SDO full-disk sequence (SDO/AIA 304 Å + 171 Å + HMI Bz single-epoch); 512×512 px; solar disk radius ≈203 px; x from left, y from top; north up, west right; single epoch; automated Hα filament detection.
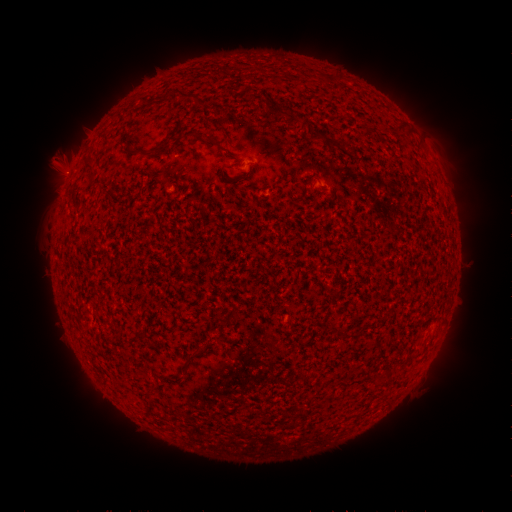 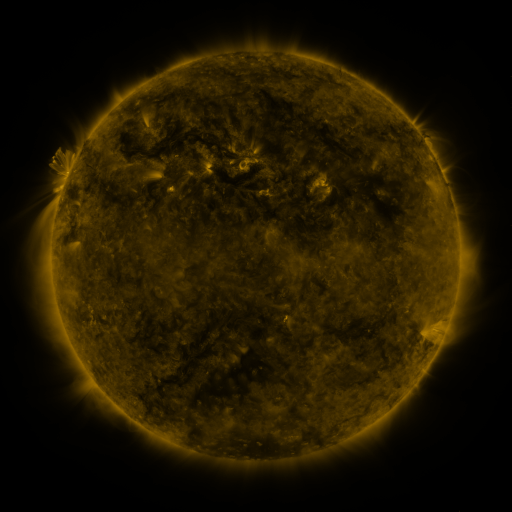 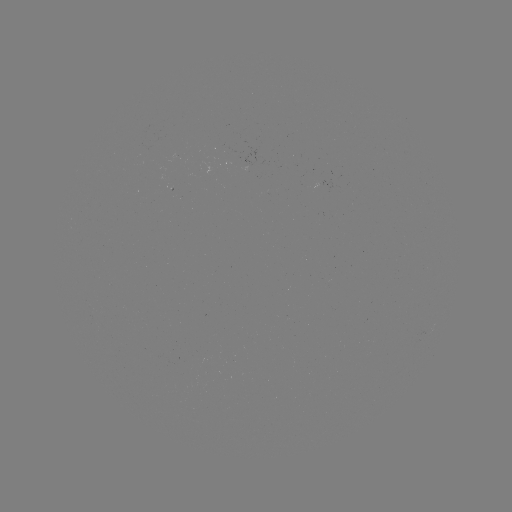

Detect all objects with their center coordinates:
filament: <bbox>182, 92, 197, 100</bbox>
filament: <bbox>292, 116, 303, 124</bbox>
filament: <bbox>192, 130, 217, 144</bbox>
filament: <bbox>309, 132, 323, 144</bbox>
filament: <bbox>149, 137, 170, 156</bbox>
filament: <bbox>129, 146, 140, 154</bbox>
filament: <bbox>83, 153, 96, 176</bbox>
filament: <bbox>135, 328, 145, 336</bbox>
filament: <bbox>335, 330, 347, 339</bbox>
